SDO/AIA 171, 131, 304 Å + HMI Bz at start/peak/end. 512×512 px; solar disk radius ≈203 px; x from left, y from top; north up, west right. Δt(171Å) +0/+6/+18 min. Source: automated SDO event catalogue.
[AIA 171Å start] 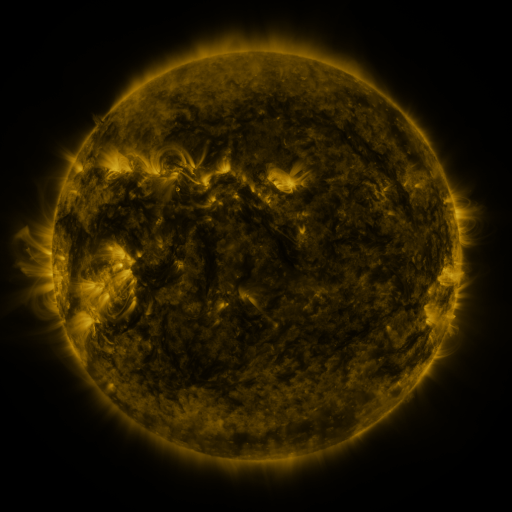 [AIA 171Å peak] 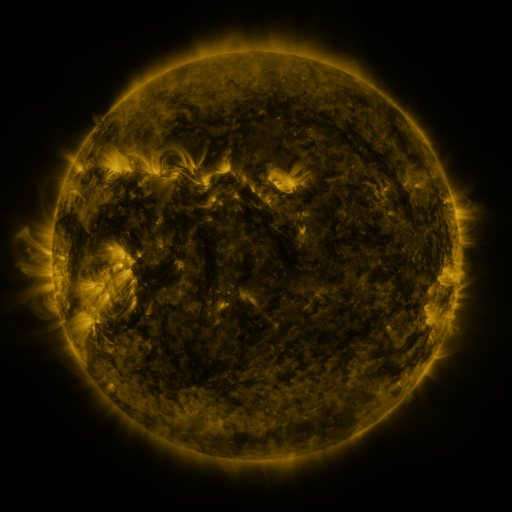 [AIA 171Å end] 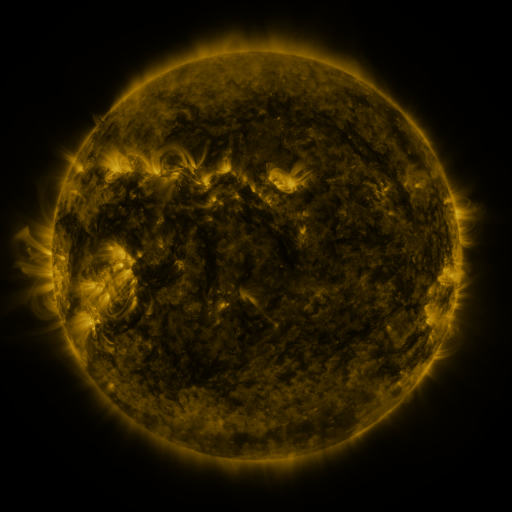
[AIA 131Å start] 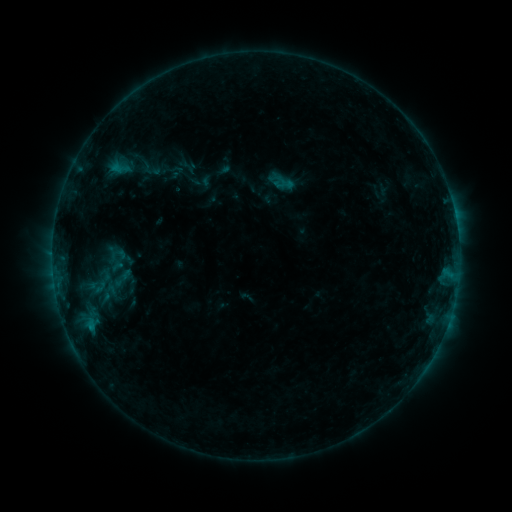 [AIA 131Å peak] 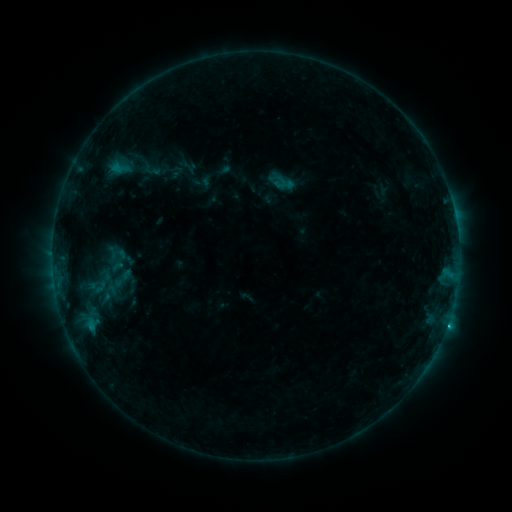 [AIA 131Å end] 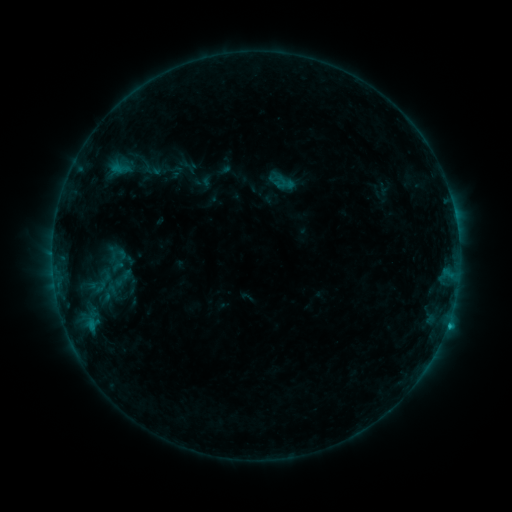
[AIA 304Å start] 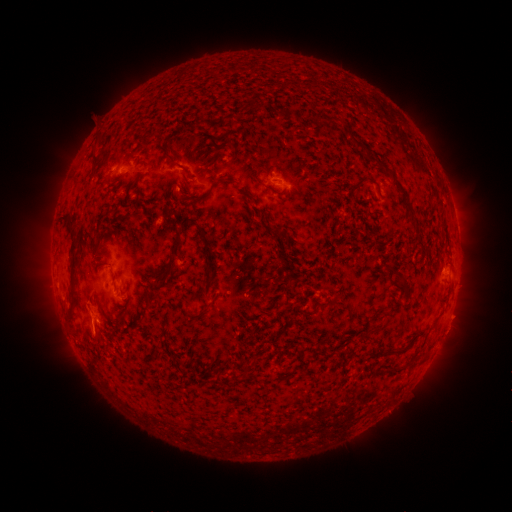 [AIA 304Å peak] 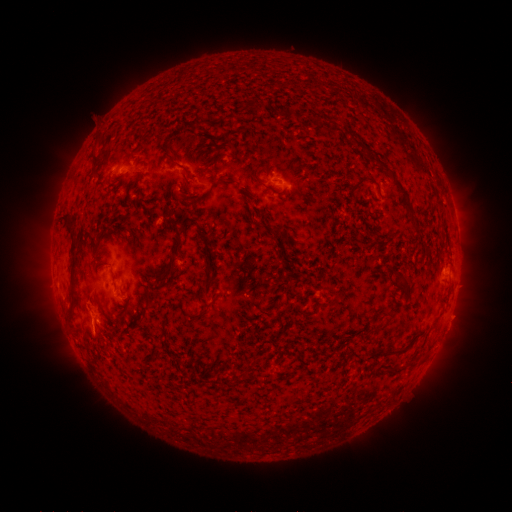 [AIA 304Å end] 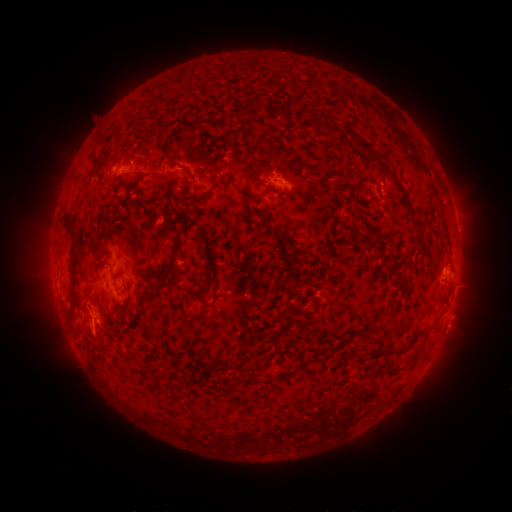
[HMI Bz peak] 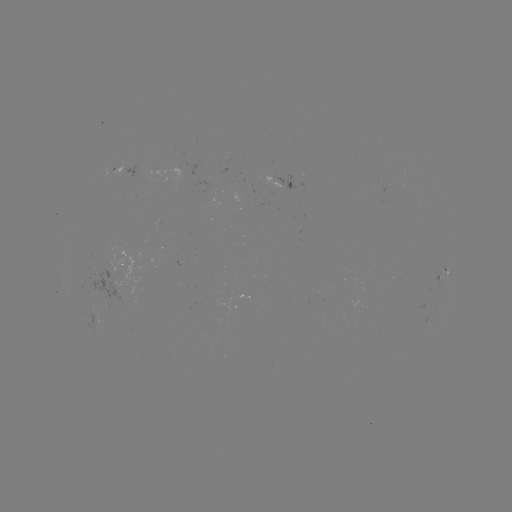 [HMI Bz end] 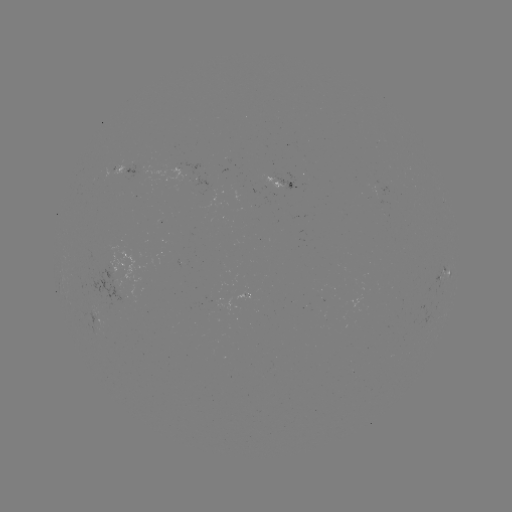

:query C1.2 flare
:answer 446,323